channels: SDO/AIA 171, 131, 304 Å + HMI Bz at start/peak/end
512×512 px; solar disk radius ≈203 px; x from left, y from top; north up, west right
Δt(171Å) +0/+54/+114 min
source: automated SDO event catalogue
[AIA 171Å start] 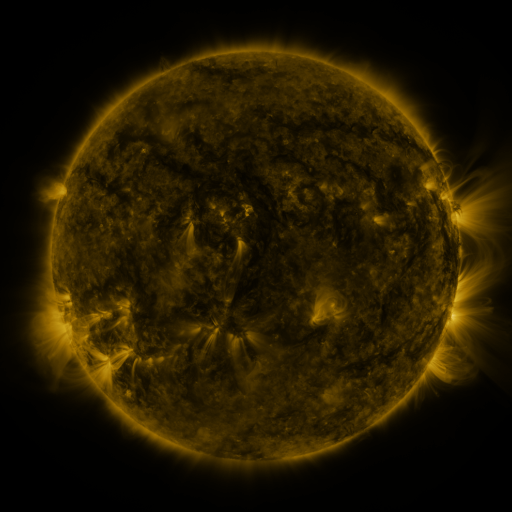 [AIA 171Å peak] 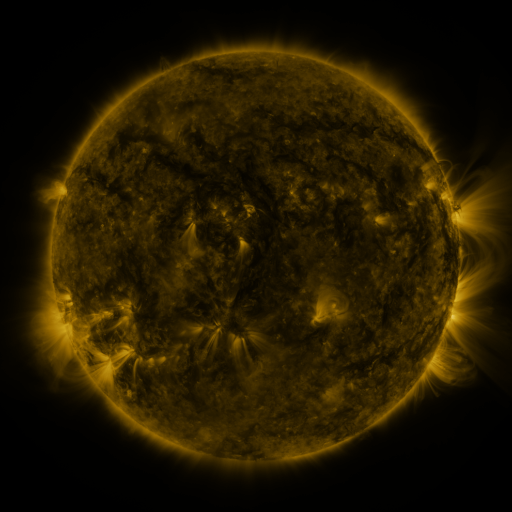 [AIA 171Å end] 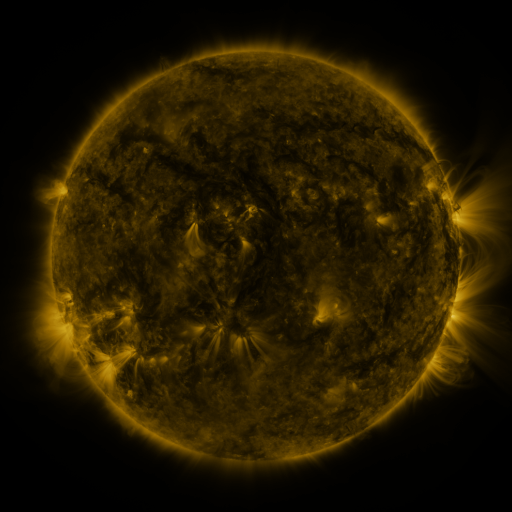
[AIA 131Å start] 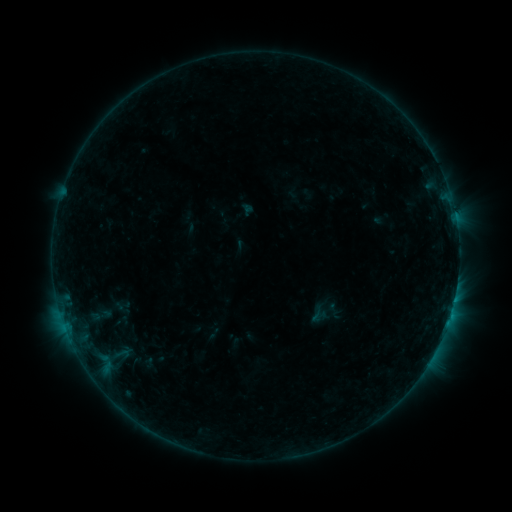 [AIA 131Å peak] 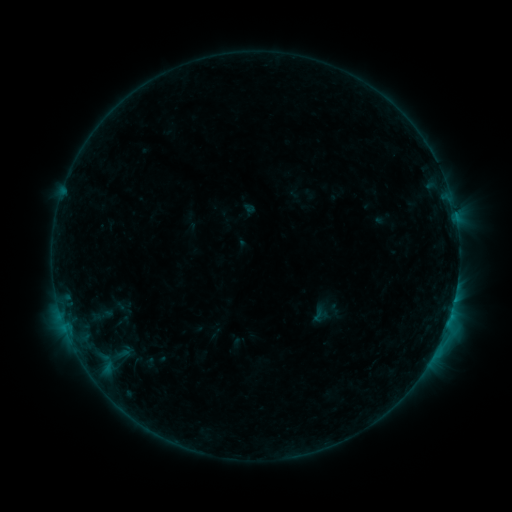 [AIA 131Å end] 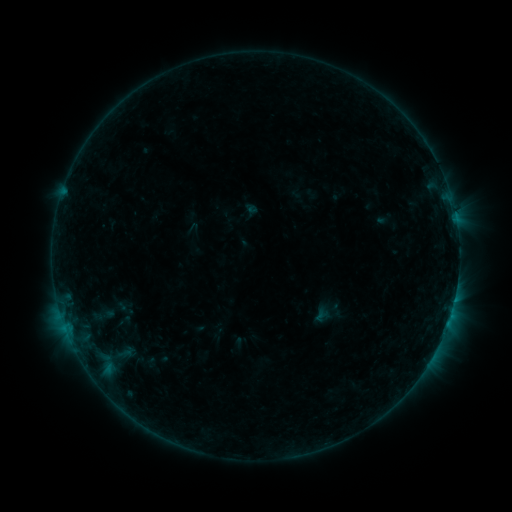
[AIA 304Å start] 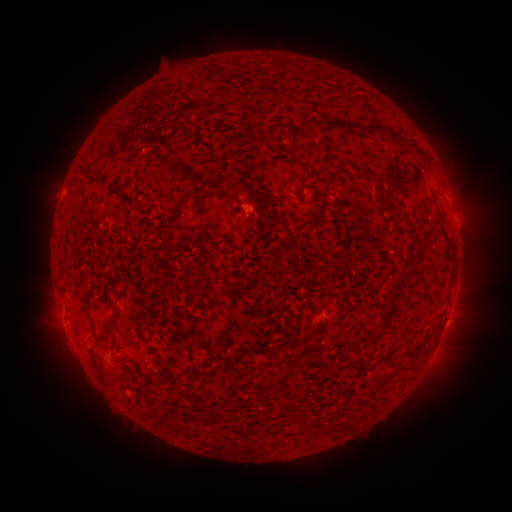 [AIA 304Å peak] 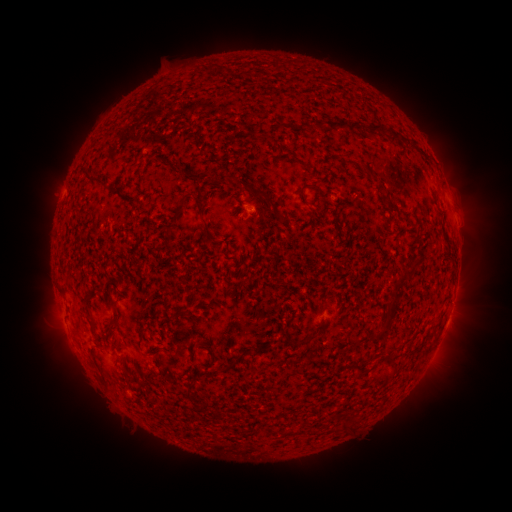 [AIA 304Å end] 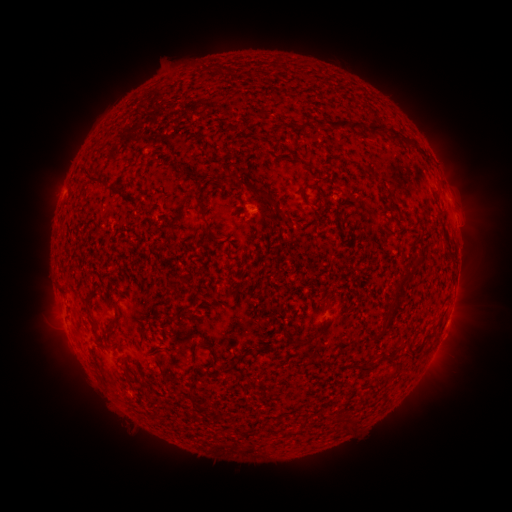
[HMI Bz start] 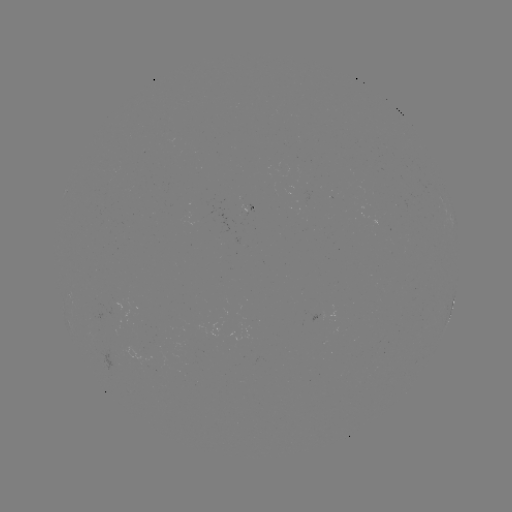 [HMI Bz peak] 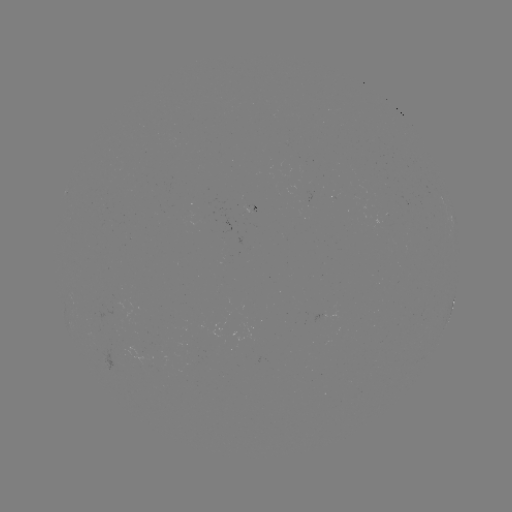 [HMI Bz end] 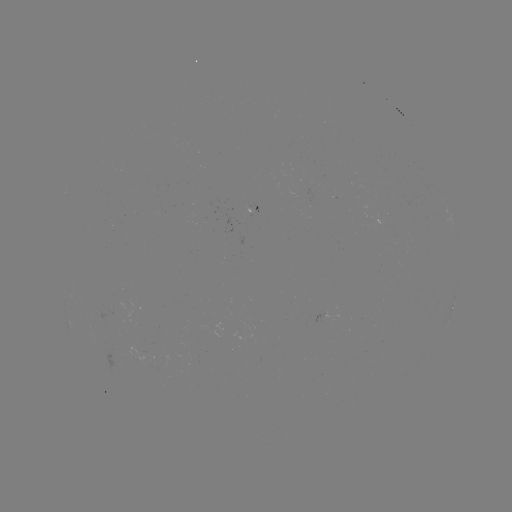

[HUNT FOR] B7.0 flare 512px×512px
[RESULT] (445, 328)